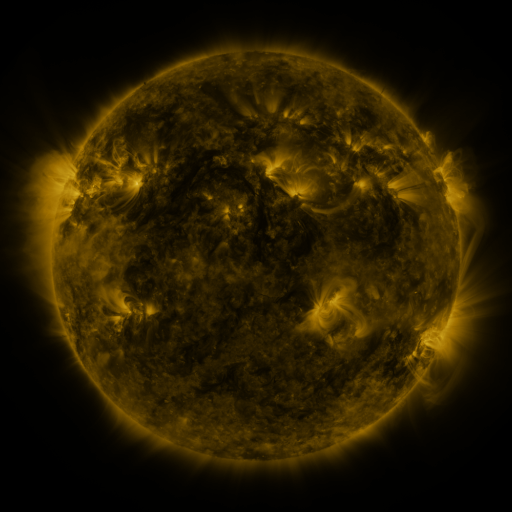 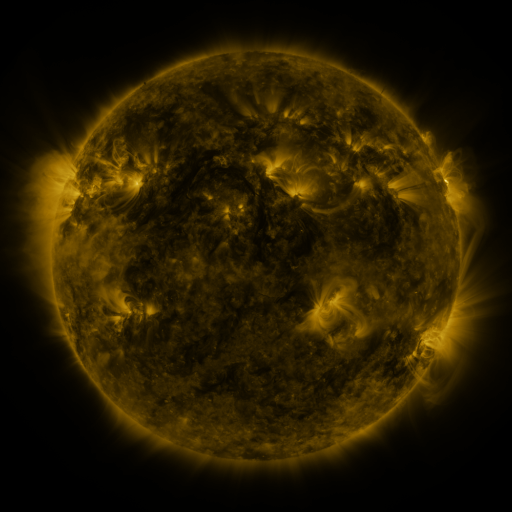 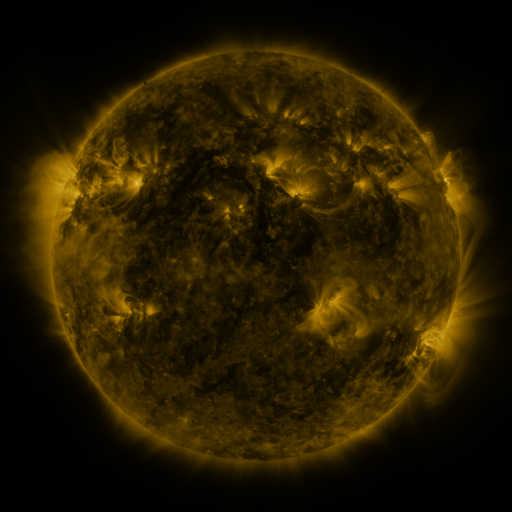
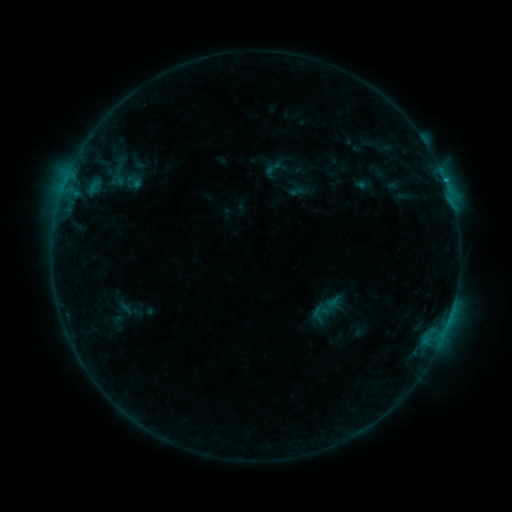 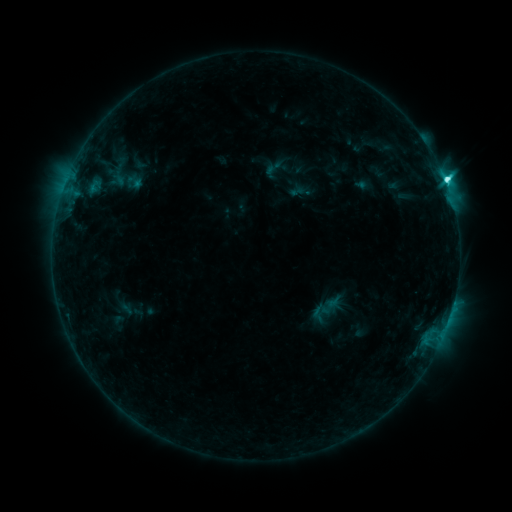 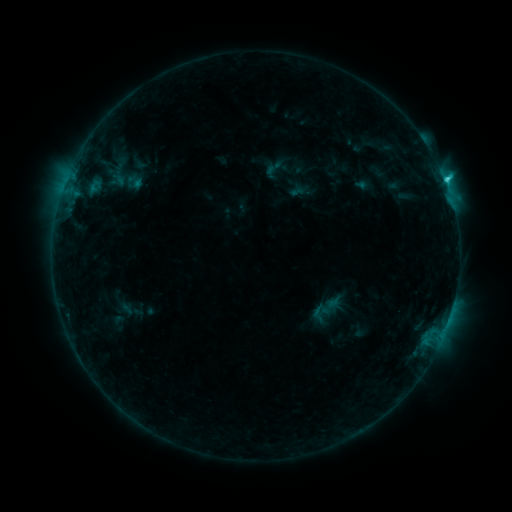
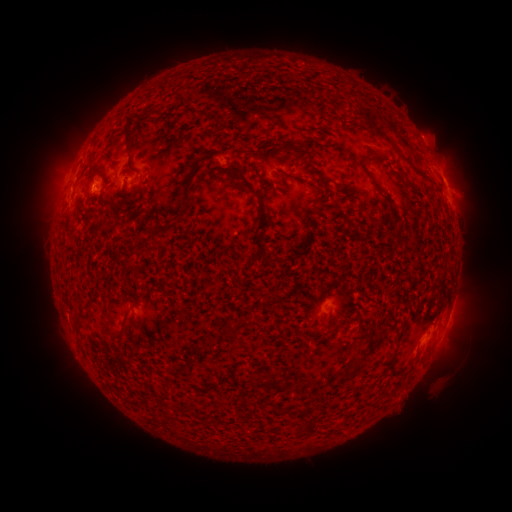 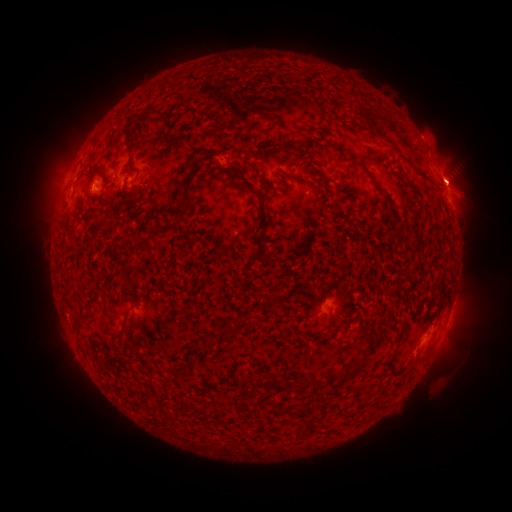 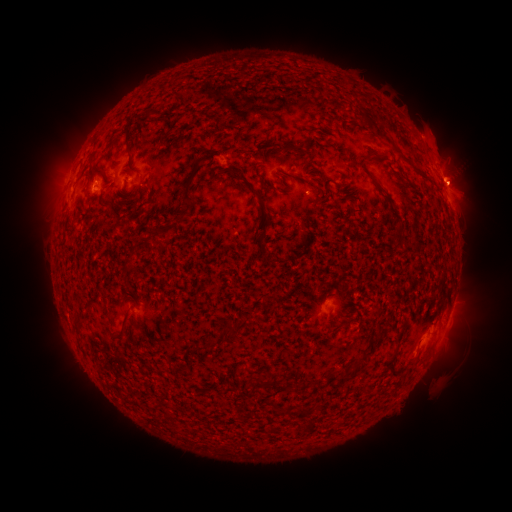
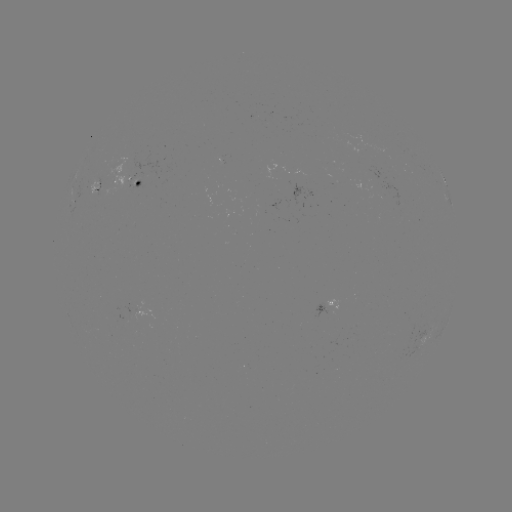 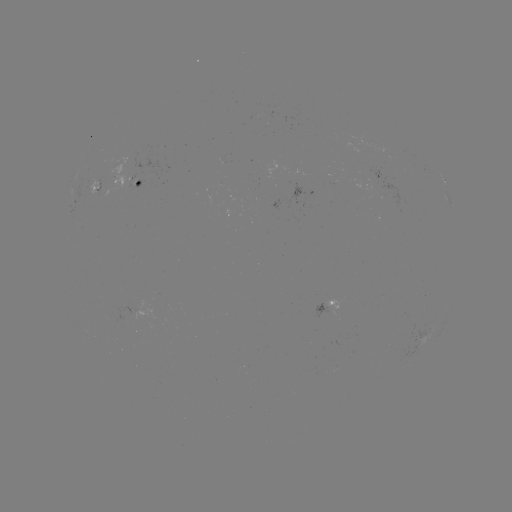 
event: flare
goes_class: C6.5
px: (445, 182)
